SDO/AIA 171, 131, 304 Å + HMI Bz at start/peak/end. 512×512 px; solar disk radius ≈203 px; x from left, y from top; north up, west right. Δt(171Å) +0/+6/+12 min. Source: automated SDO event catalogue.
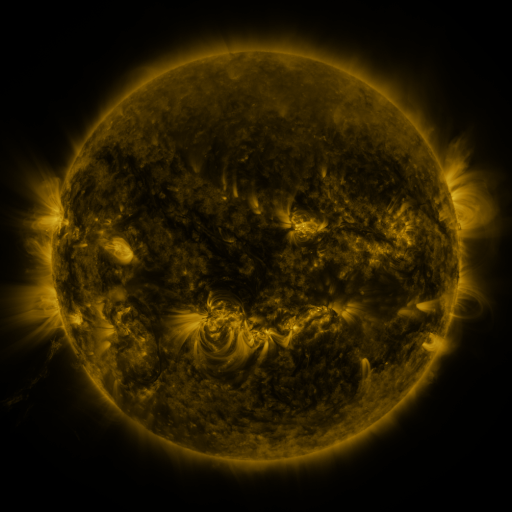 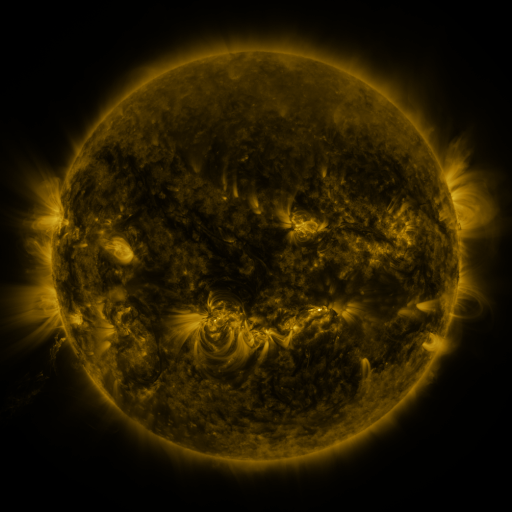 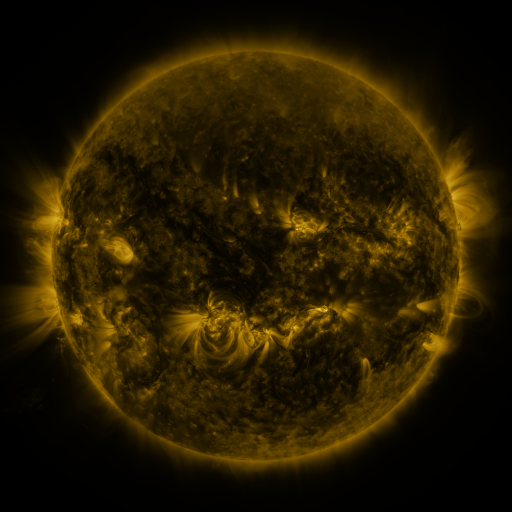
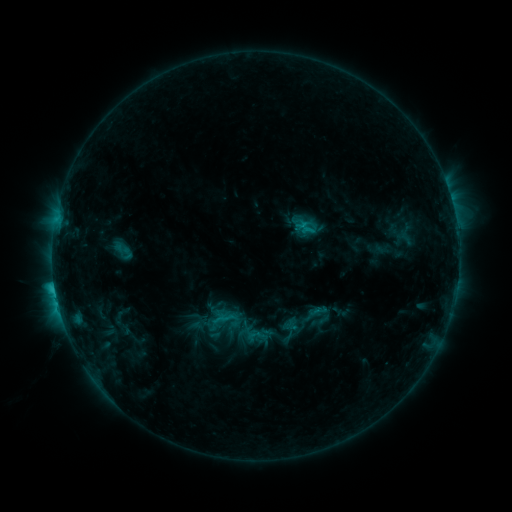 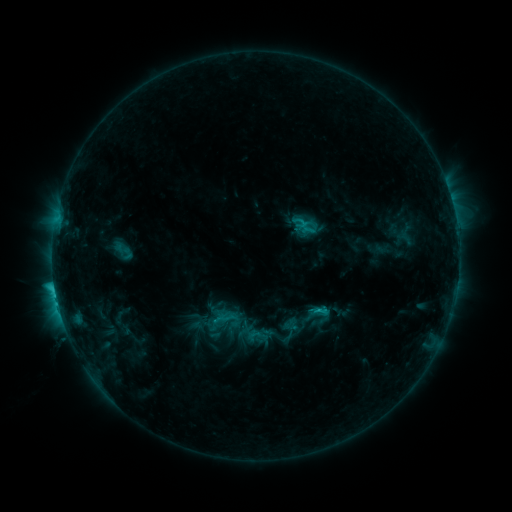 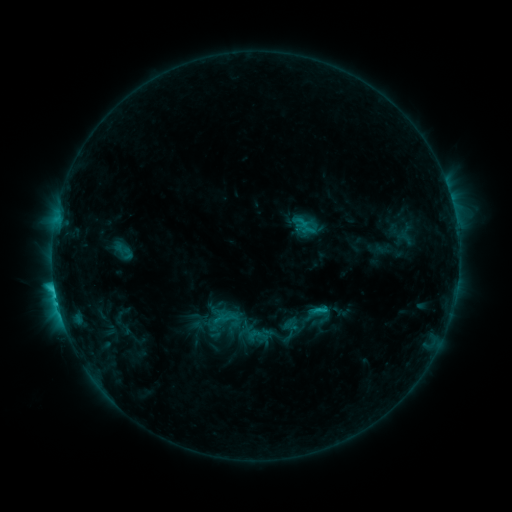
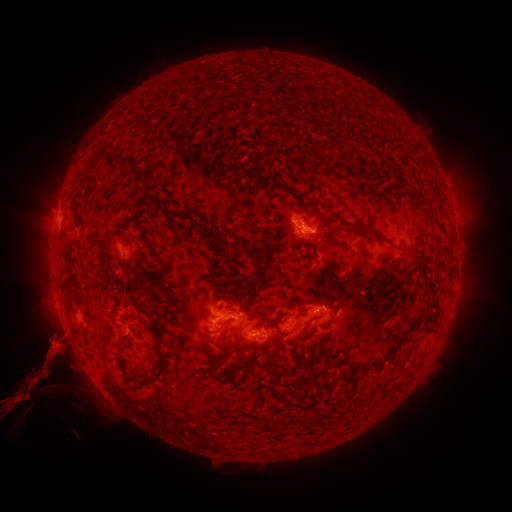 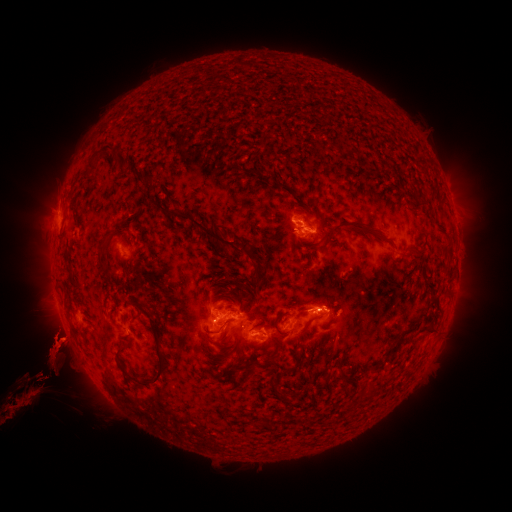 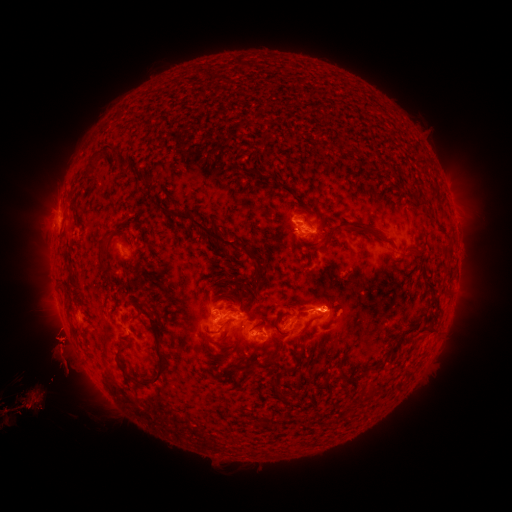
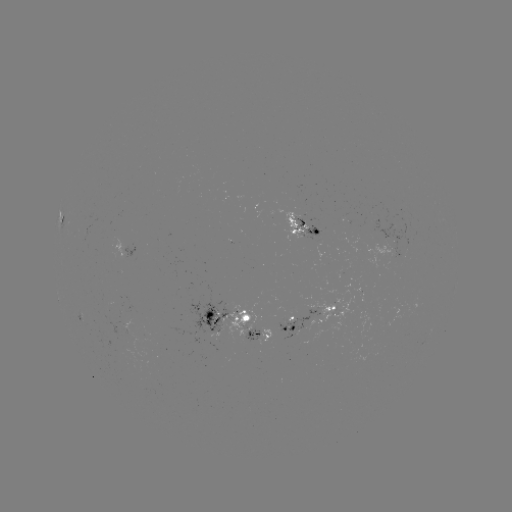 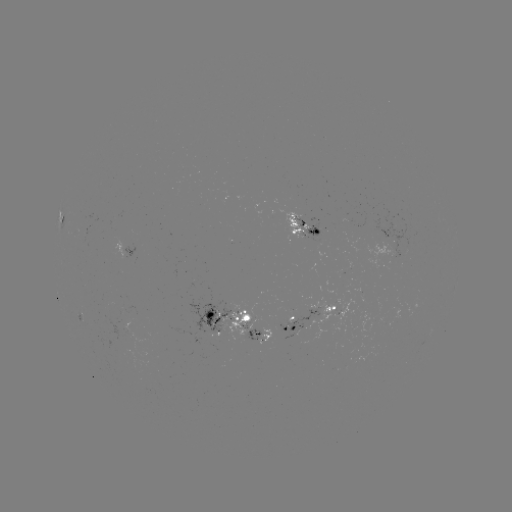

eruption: <bbox>95, 323, 118, 370</bbox>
